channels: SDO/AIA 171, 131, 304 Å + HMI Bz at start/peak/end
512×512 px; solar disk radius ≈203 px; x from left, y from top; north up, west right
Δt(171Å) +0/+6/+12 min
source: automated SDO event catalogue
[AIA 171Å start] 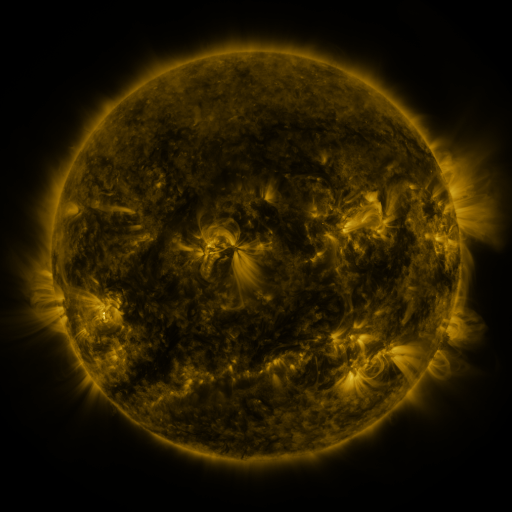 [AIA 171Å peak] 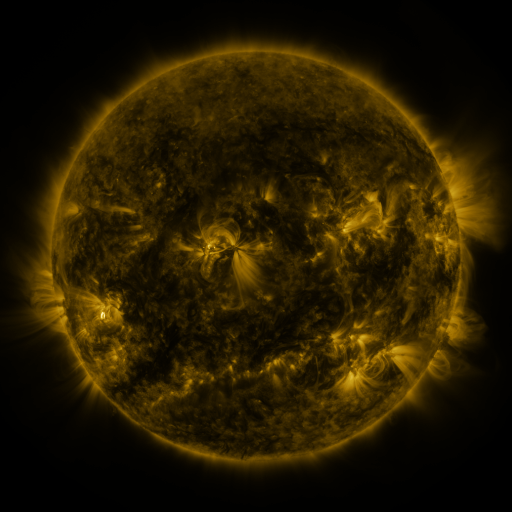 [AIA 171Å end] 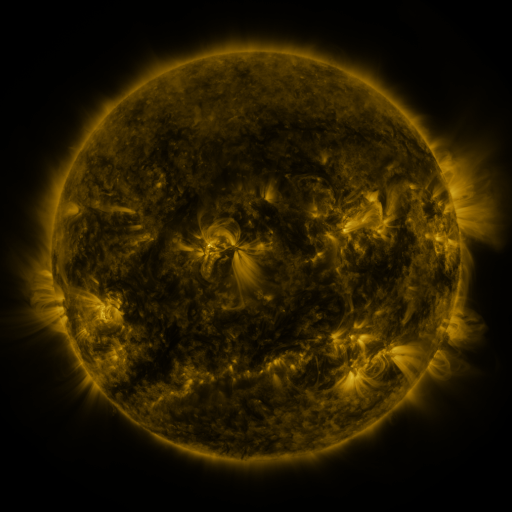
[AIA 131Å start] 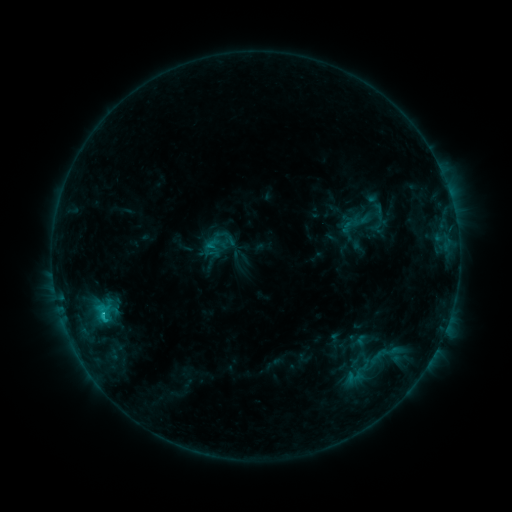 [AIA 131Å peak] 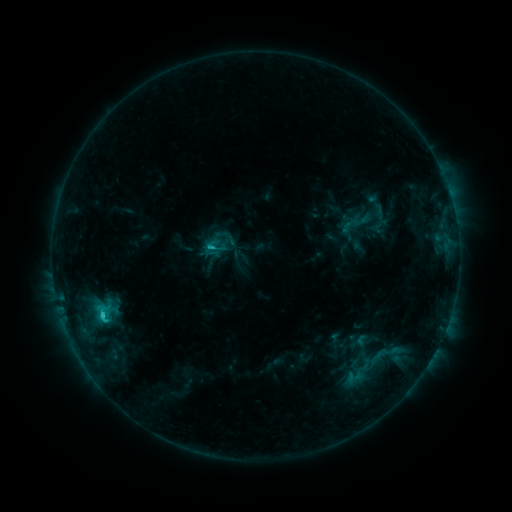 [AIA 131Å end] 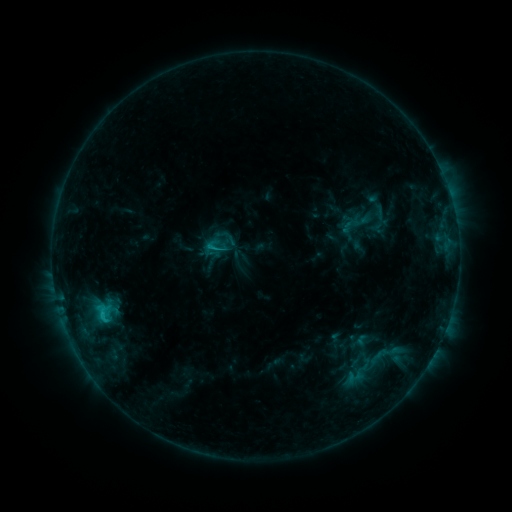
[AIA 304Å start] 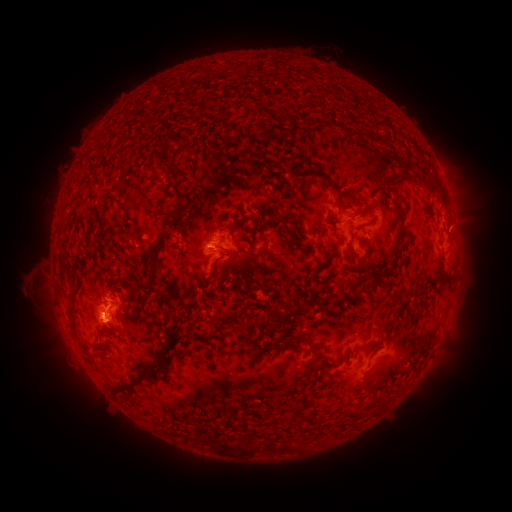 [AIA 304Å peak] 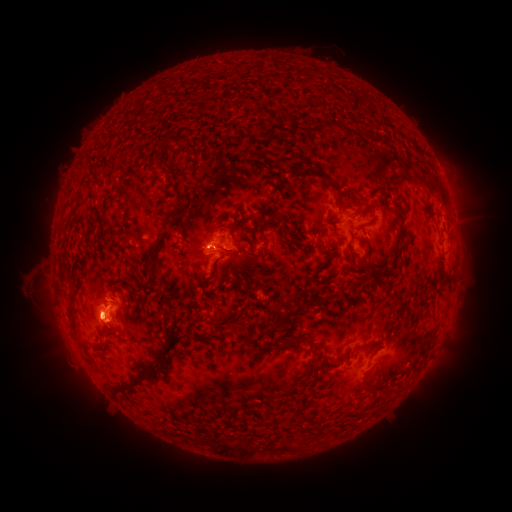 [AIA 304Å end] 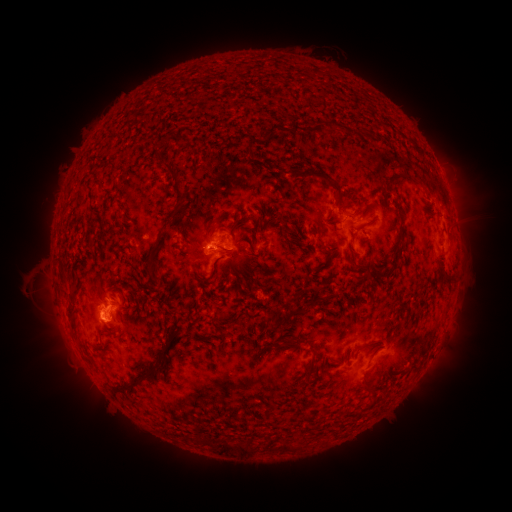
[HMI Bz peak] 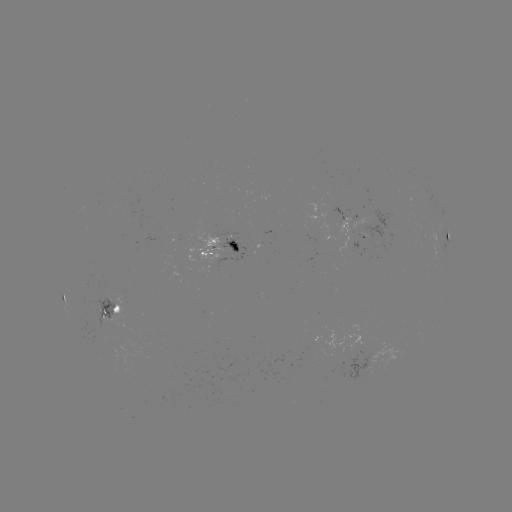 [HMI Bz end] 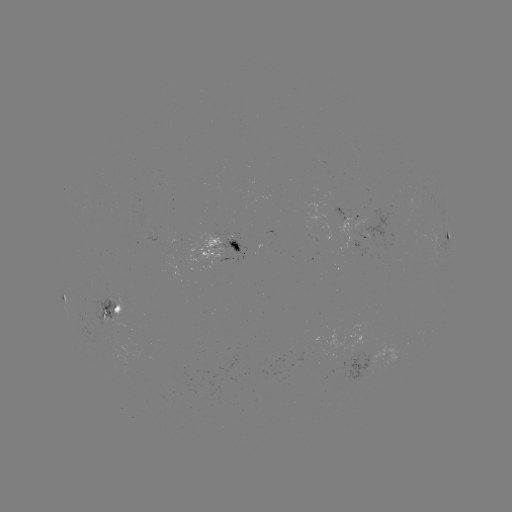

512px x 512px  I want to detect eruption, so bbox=[442, 167, 489, 272].